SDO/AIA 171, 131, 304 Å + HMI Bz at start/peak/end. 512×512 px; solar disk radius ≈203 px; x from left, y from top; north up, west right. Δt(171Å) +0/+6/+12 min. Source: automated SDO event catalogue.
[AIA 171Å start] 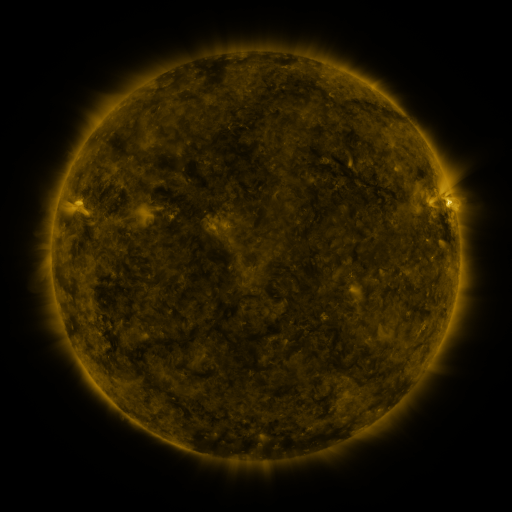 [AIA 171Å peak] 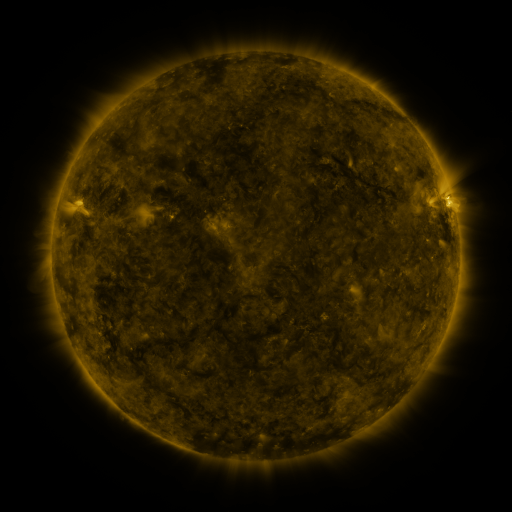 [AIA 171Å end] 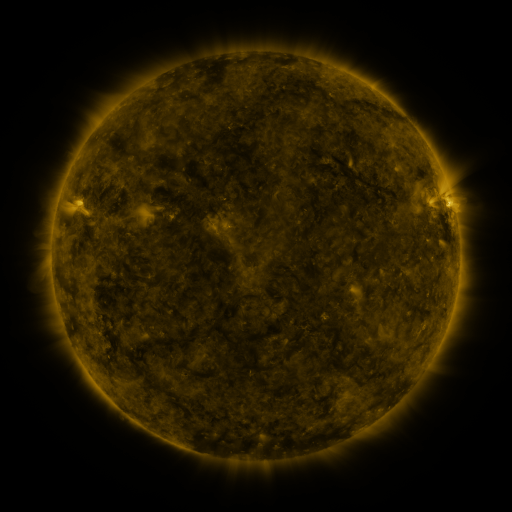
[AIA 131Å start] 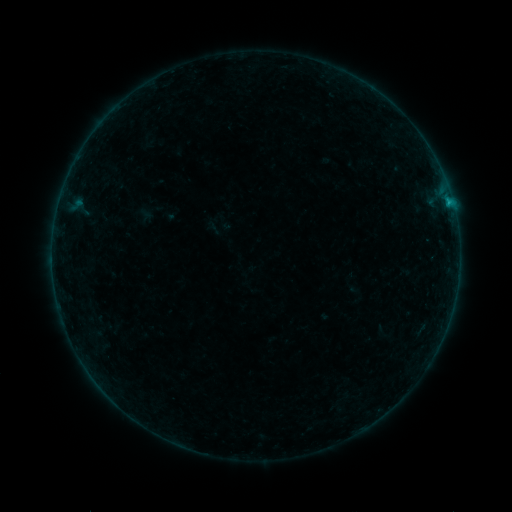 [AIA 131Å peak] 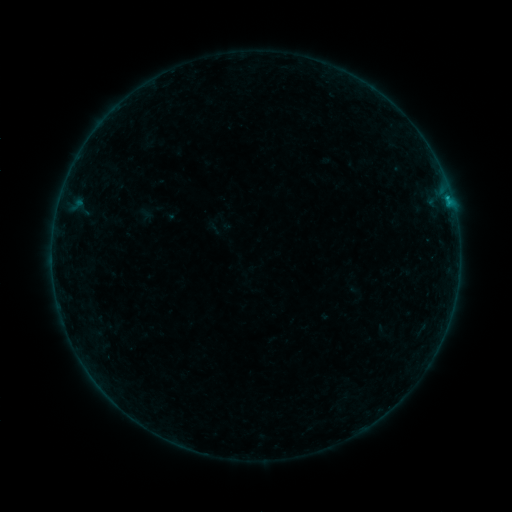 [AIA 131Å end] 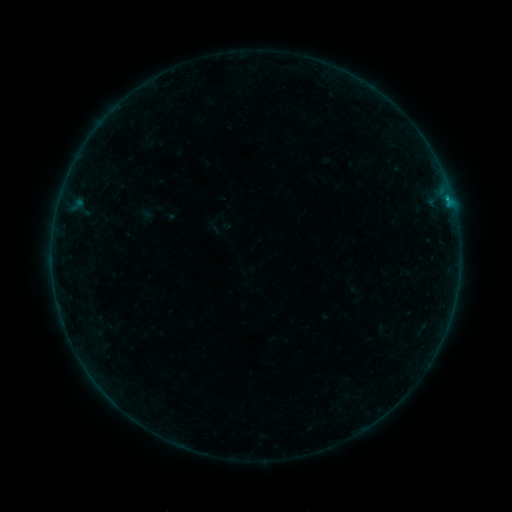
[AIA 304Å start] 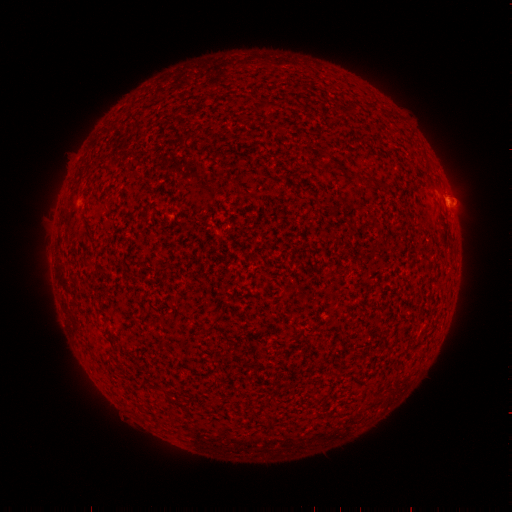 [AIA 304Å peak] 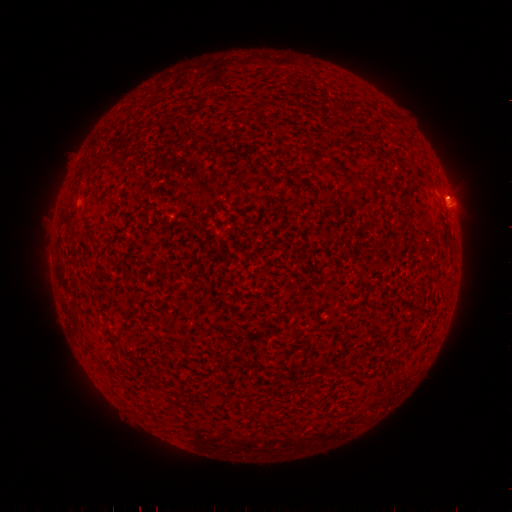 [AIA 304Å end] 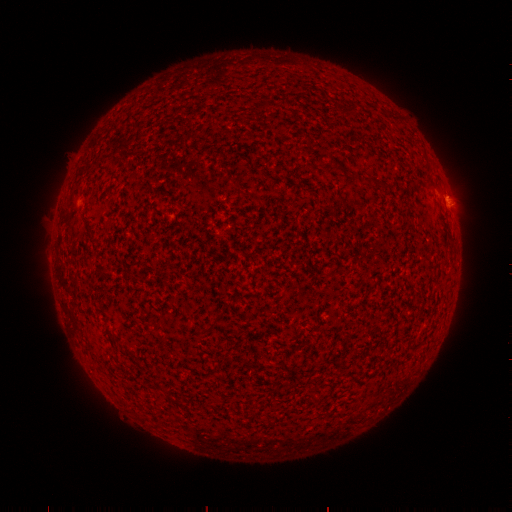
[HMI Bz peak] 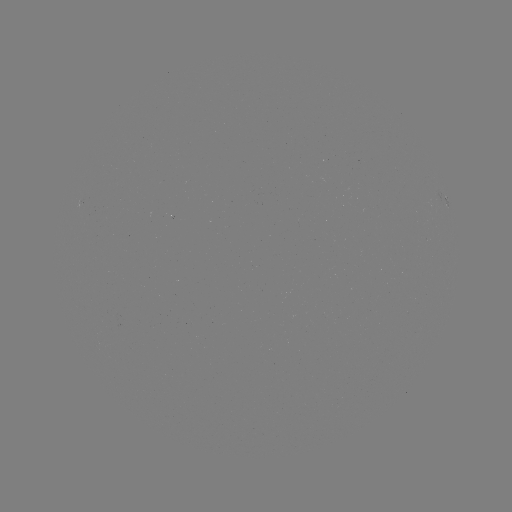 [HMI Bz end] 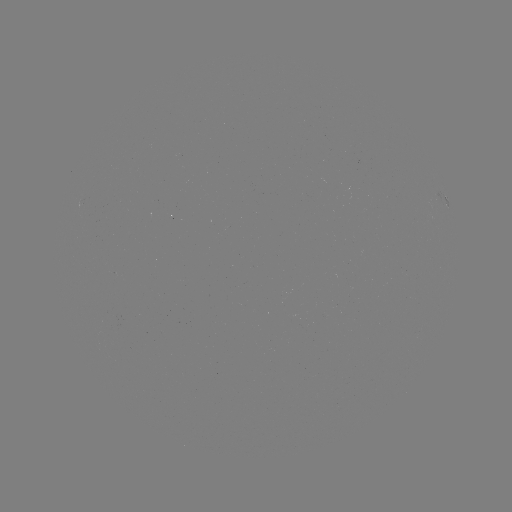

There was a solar flare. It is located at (448, 200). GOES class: B4.1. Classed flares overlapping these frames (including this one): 2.